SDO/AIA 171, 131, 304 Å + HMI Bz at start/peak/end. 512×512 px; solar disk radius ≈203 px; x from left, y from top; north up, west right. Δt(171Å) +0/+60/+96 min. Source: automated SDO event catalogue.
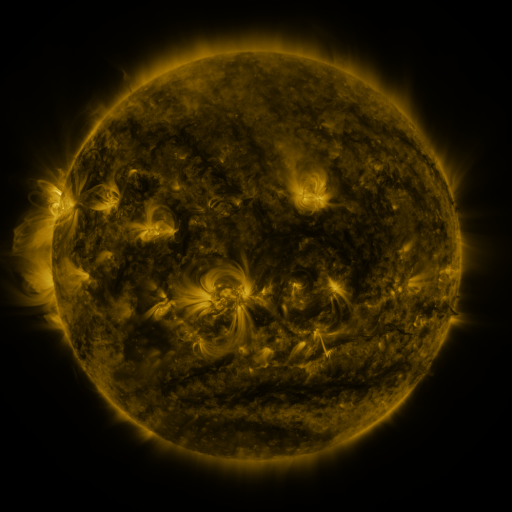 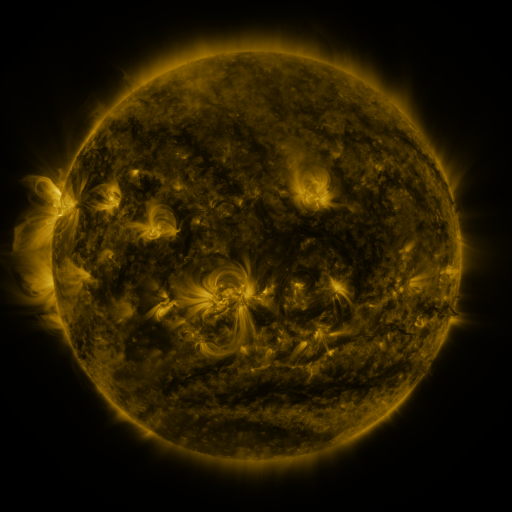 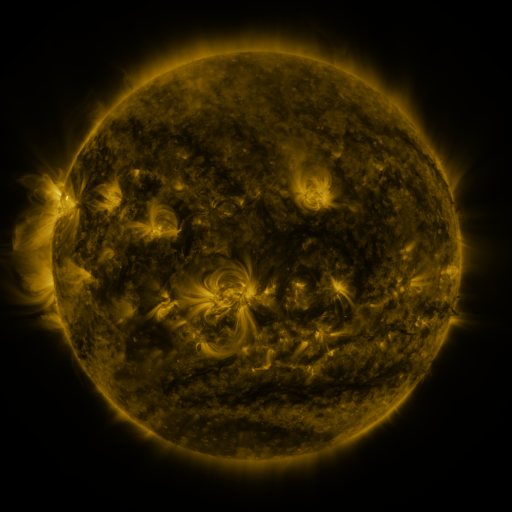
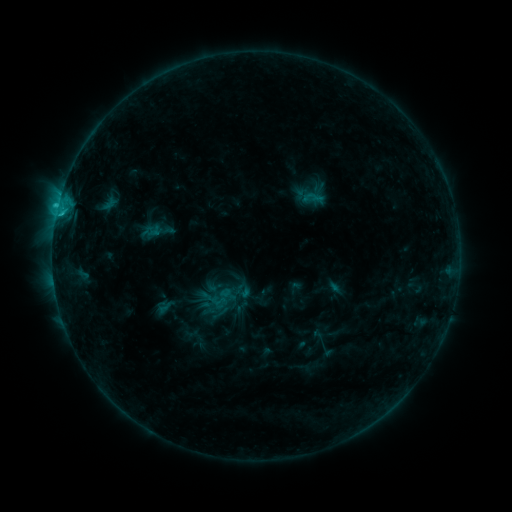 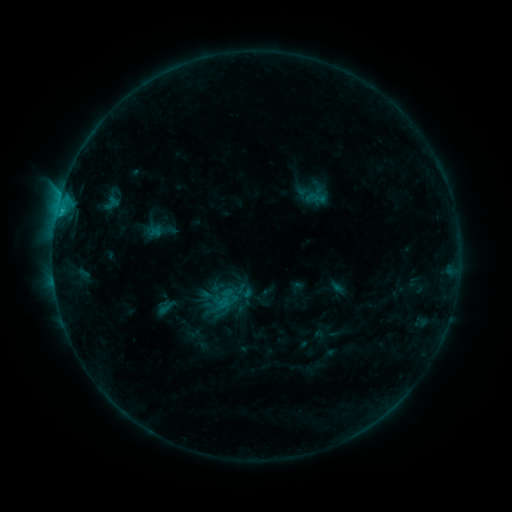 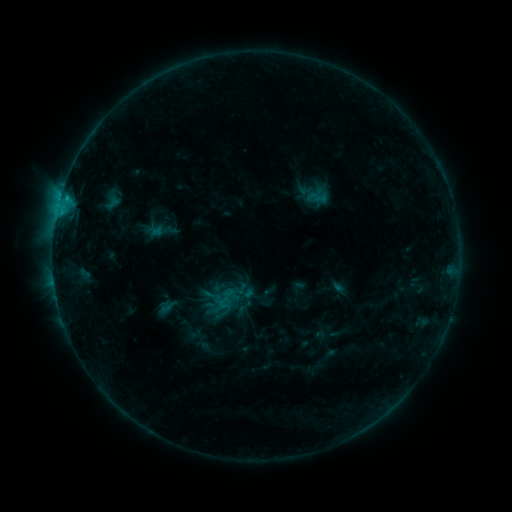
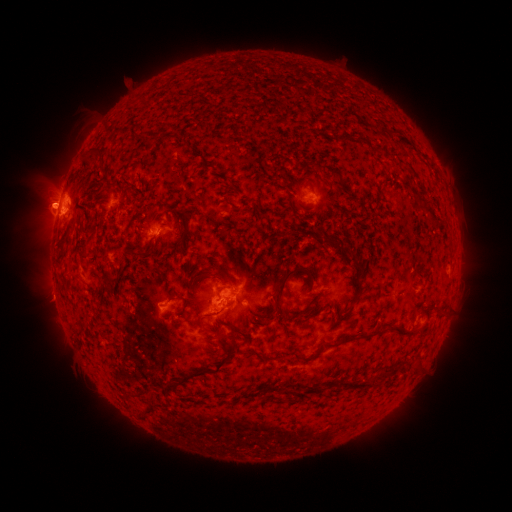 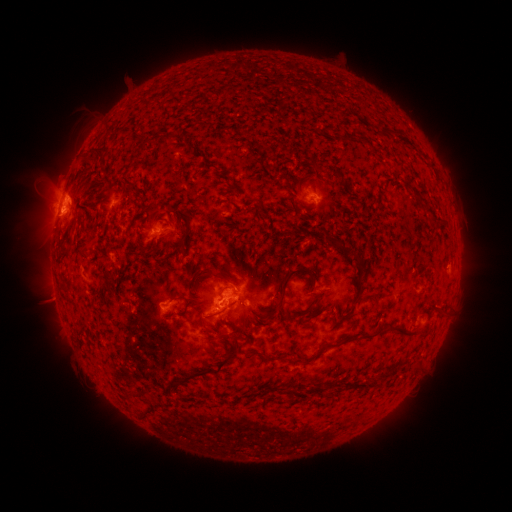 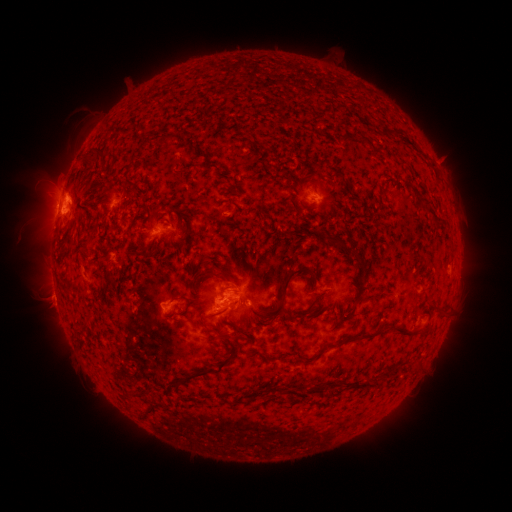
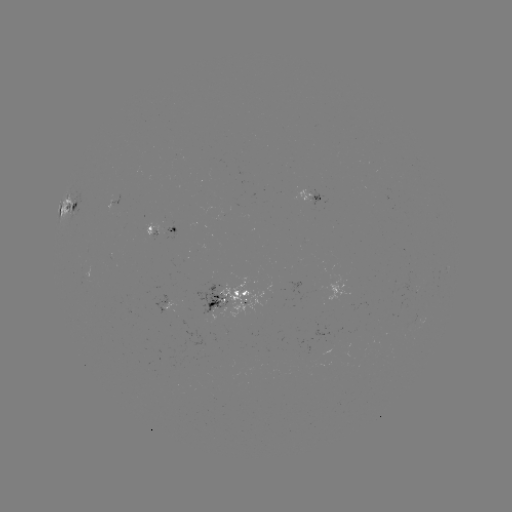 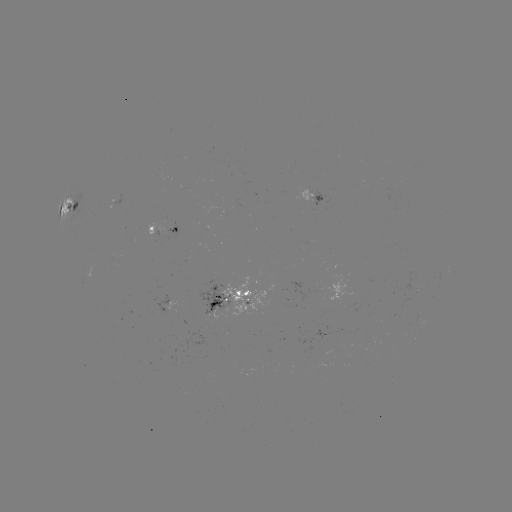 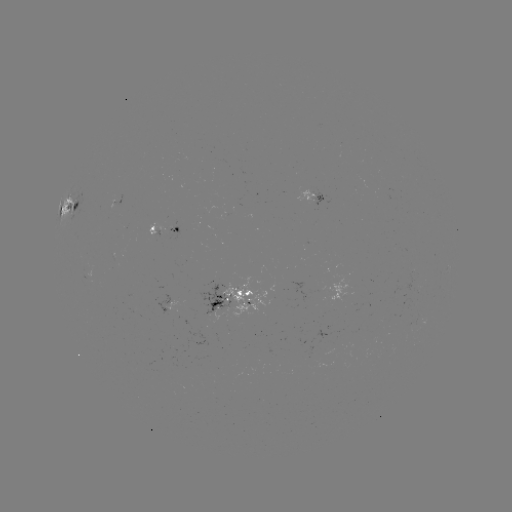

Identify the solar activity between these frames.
emerging-flux region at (132, 310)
